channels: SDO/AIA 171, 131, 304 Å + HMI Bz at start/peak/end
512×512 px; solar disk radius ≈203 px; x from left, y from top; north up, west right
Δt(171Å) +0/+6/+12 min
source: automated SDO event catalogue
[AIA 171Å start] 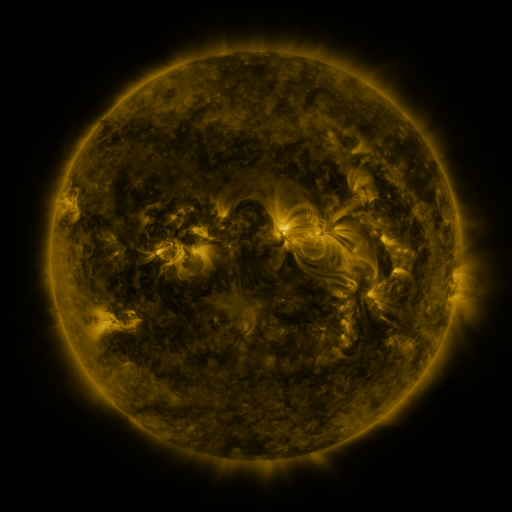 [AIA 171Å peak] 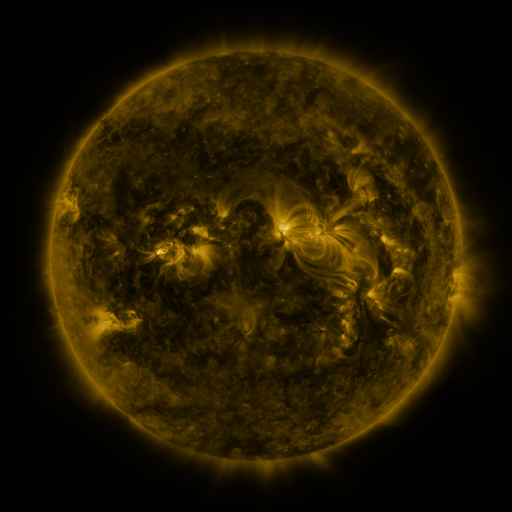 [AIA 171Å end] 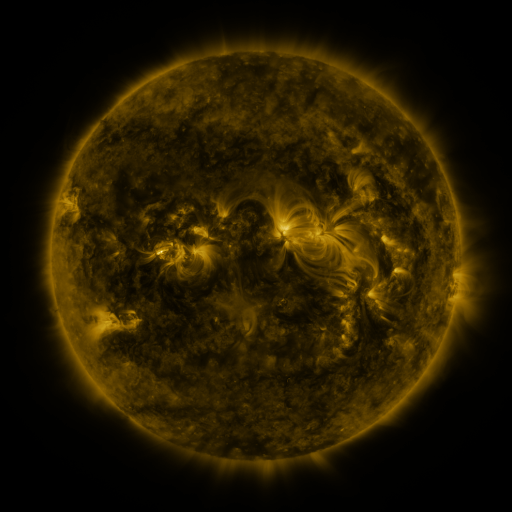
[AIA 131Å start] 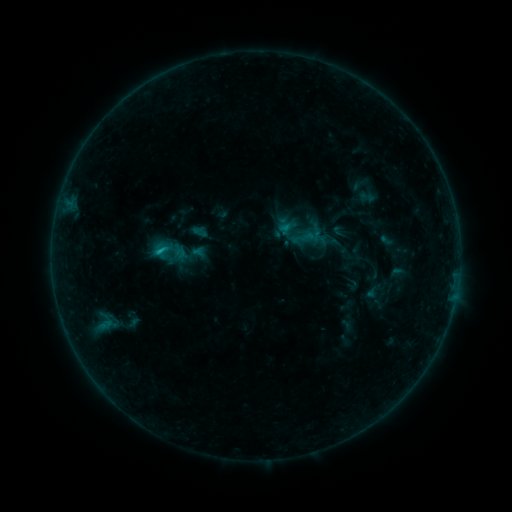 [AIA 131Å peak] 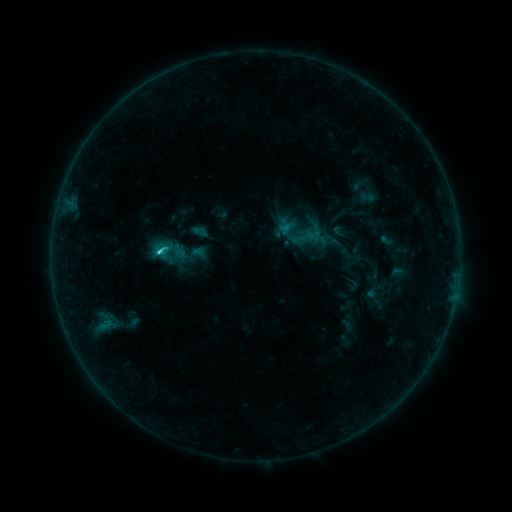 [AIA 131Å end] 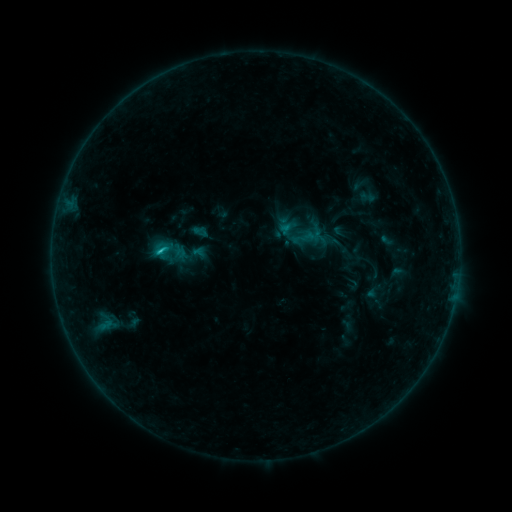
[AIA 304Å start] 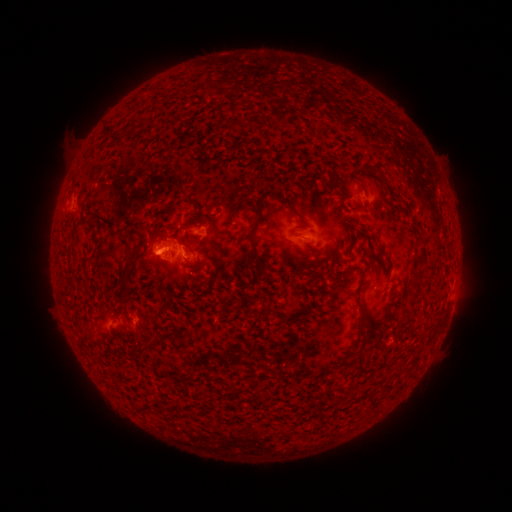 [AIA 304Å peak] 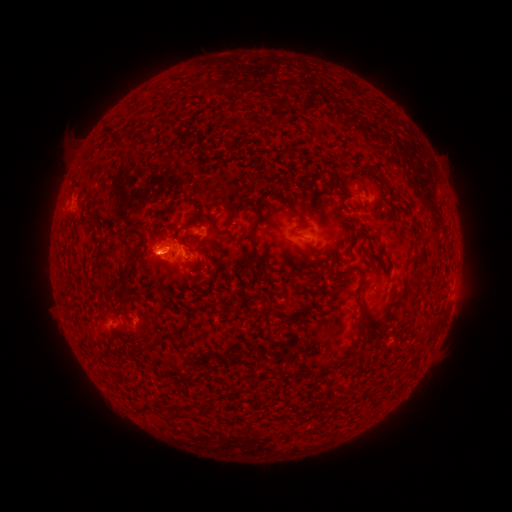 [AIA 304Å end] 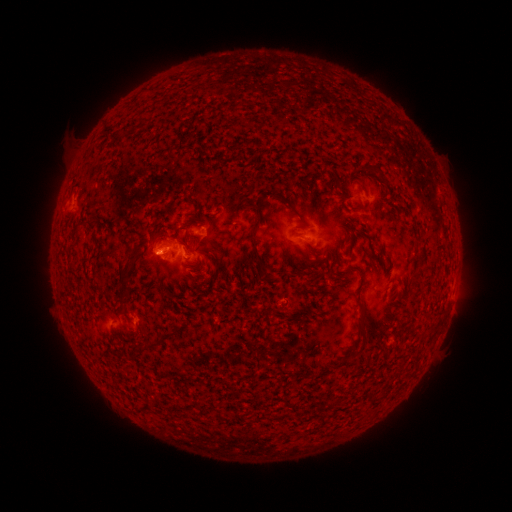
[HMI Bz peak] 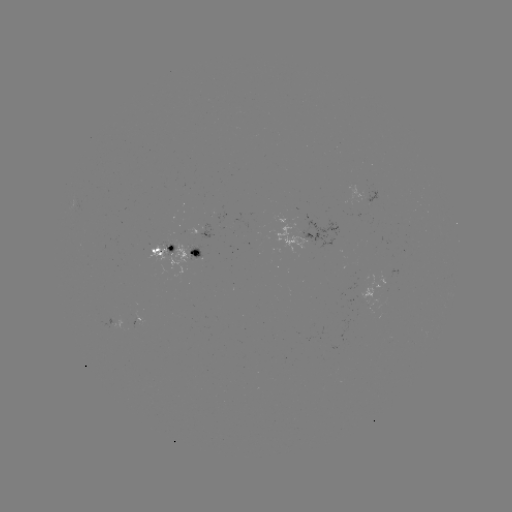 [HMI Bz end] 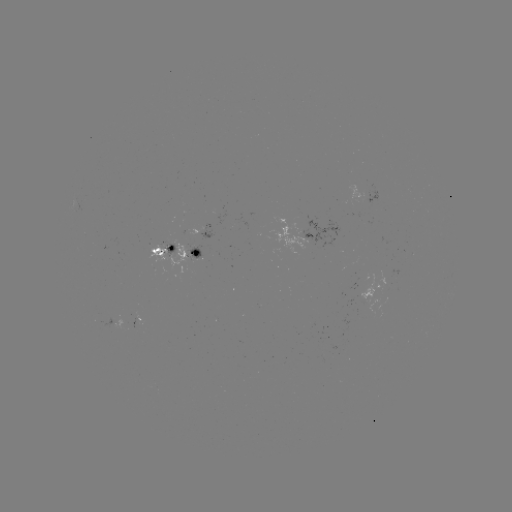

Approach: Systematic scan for C1.5 flare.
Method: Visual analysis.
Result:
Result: C1.5 flare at (160, 255).